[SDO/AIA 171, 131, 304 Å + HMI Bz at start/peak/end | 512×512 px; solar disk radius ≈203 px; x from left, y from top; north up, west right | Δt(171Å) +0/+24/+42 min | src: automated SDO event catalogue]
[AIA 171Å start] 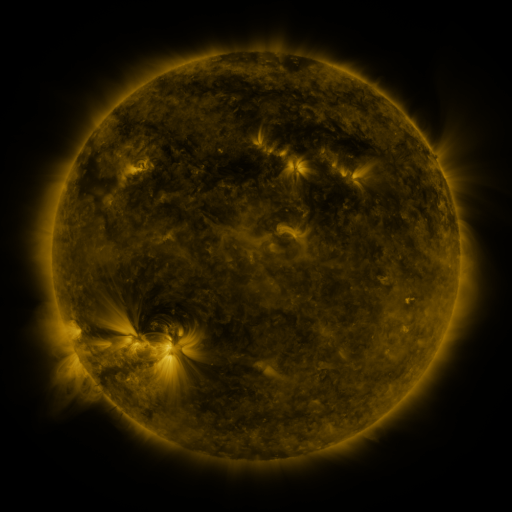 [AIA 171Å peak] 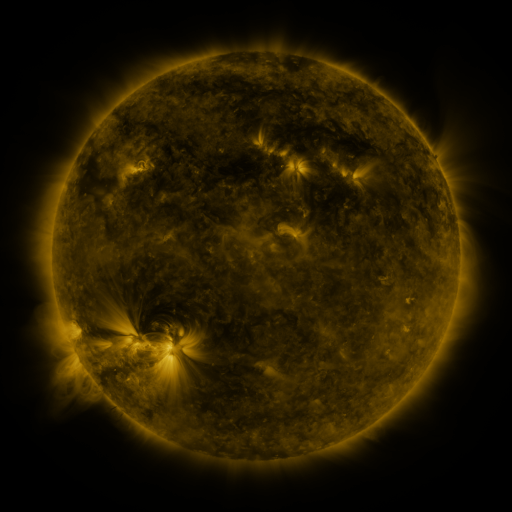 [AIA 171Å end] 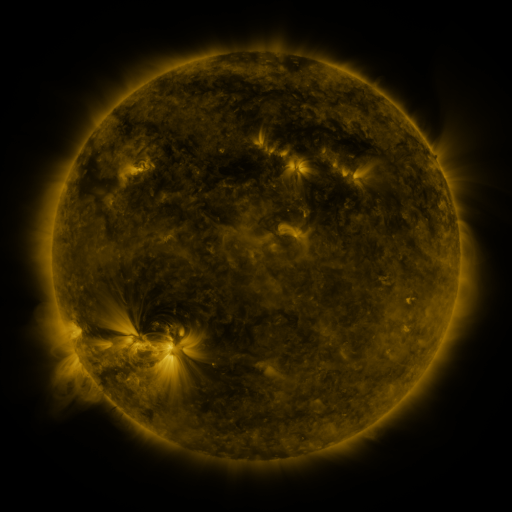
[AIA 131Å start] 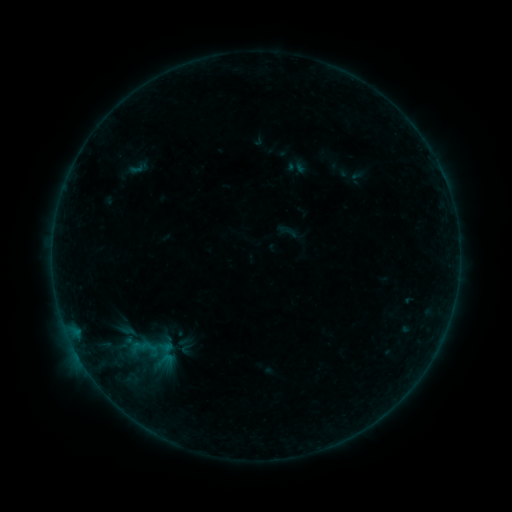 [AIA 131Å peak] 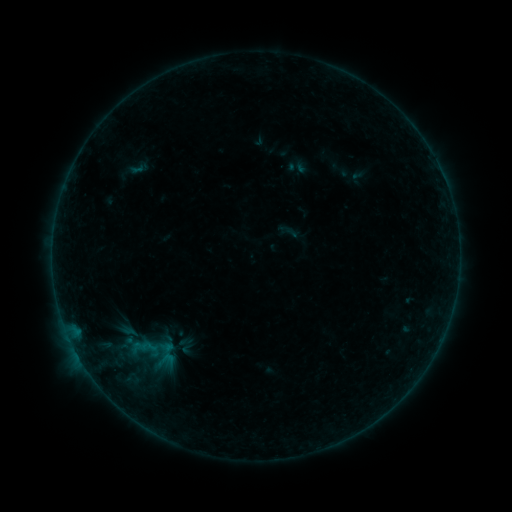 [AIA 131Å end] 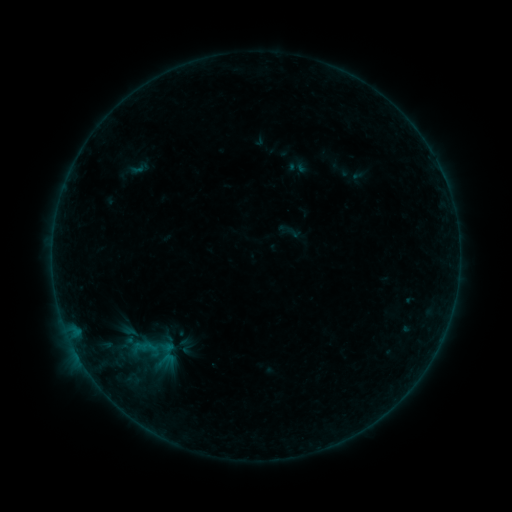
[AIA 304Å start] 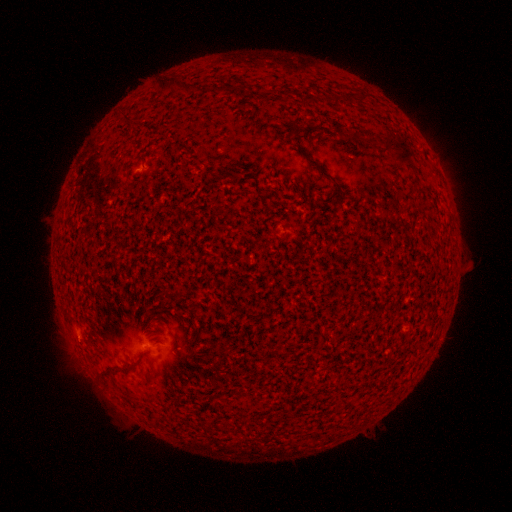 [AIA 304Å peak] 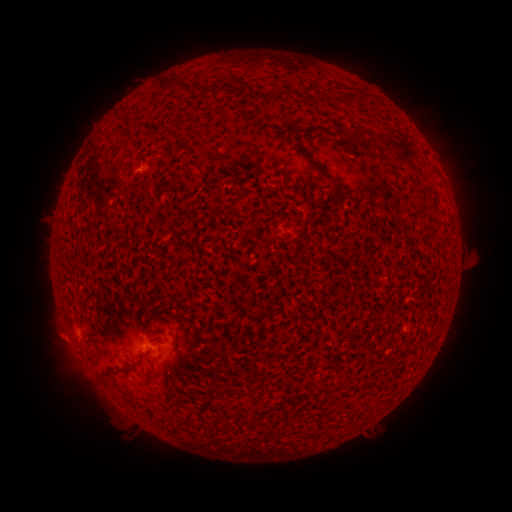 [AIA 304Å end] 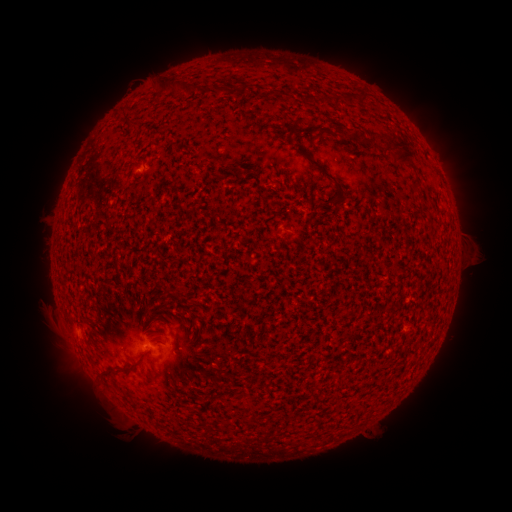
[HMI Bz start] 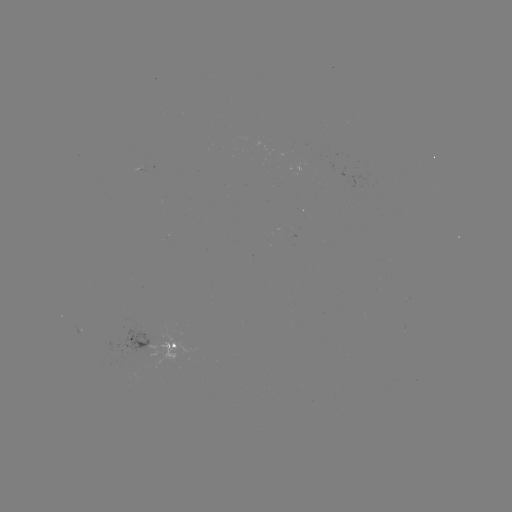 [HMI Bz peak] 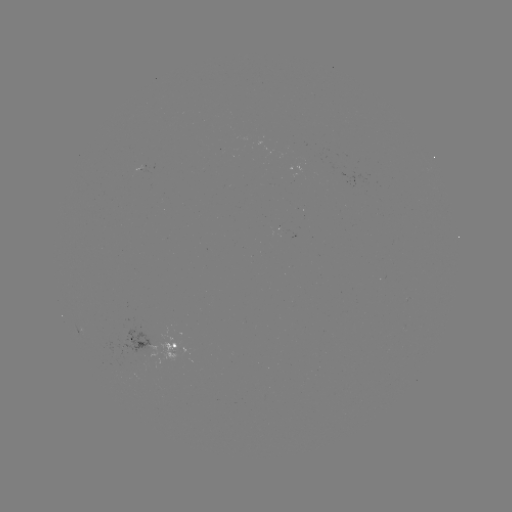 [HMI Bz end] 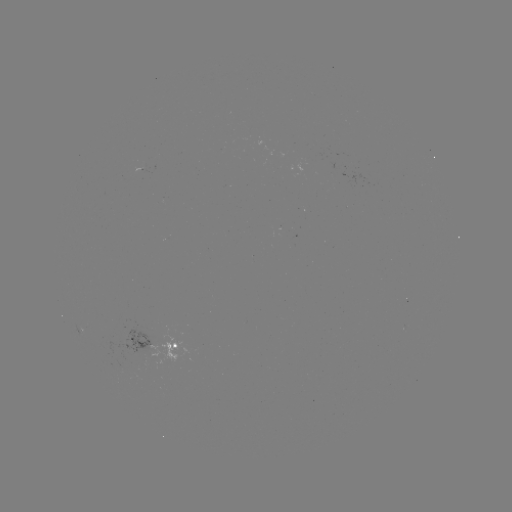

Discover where eruption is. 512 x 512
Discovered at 477,253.